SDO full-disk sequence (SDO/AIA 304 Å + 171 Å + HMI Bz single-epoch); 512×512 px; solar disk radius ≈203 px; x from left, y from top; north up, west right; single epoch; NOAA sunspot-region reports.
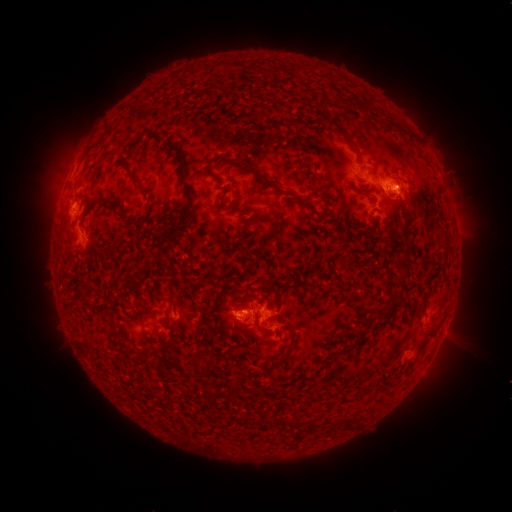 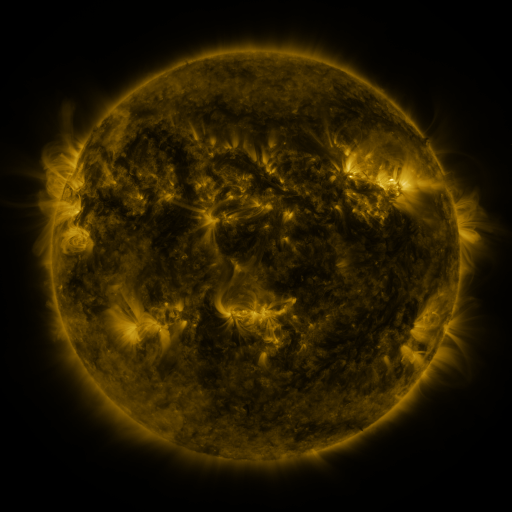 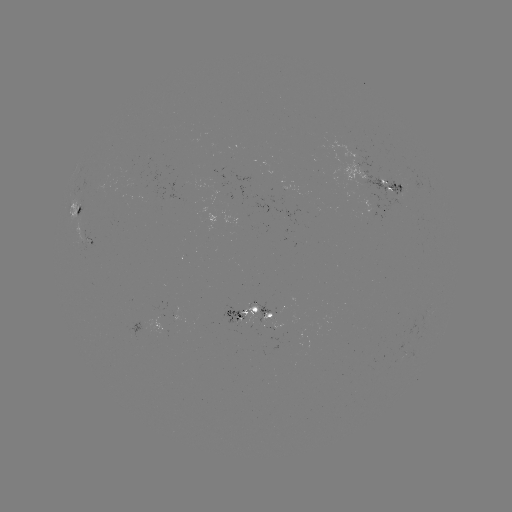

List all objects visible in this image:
spotted active region: (394, 185)
spotted active region: (384, 209)
spotted active region: (81, 210)
spotted active region: (93, 241)
spotted active region: (259, 310)
spotted active region: (235, 317)
spotted active region: (448, 322)
spotted active region: (157, 324)
